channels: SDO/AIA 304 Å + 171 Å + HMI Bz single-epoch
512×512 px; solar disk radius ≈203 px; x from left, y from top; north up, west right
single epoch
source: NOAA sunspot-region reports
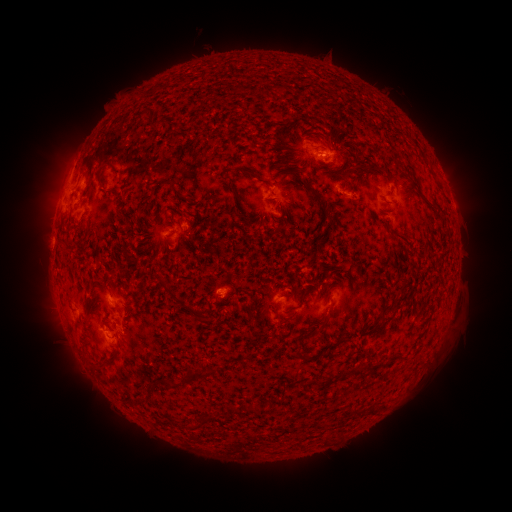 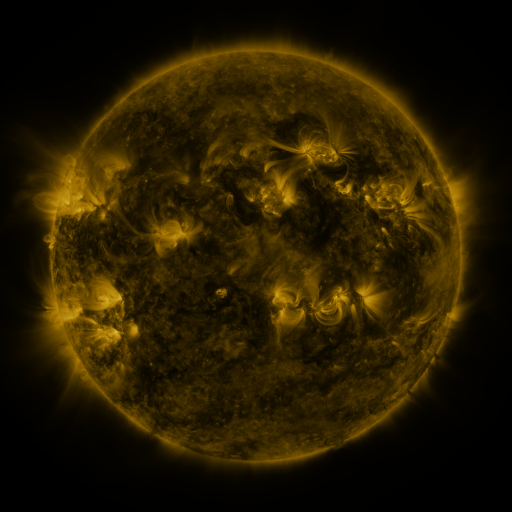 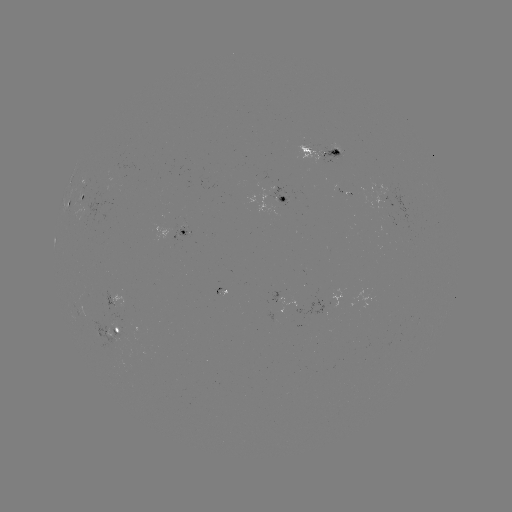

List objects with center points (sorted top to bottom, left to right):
spotted active region: (320, 150)
spotted active region: (76, 198)
spotted active region: (280, 198)
spotted active region: (176, 227)
spotted active region: (116, 297)
spotted active region: (116, 328)
